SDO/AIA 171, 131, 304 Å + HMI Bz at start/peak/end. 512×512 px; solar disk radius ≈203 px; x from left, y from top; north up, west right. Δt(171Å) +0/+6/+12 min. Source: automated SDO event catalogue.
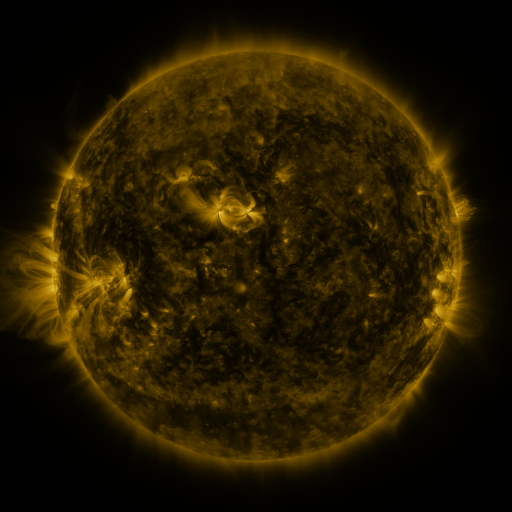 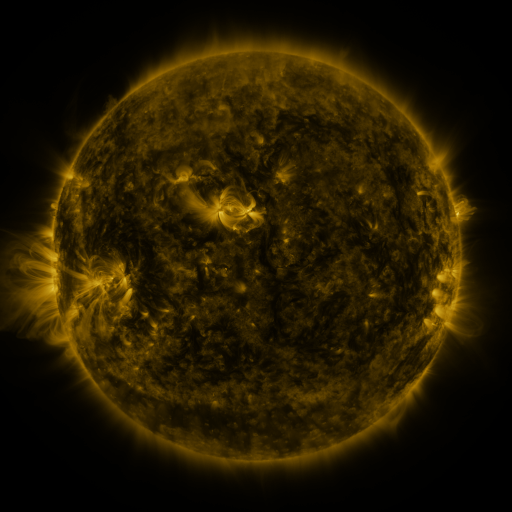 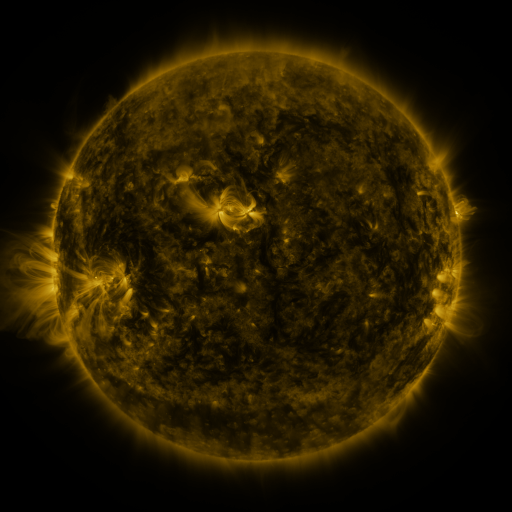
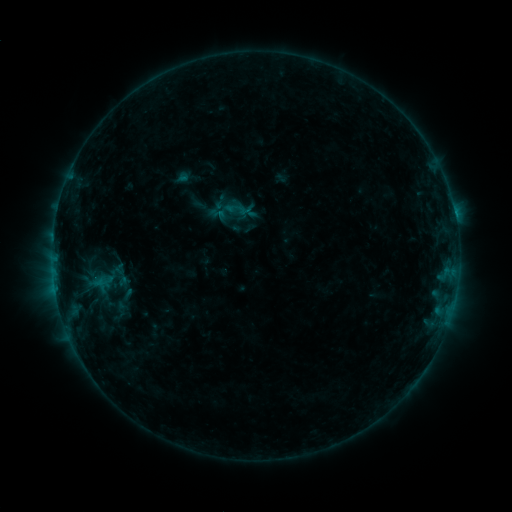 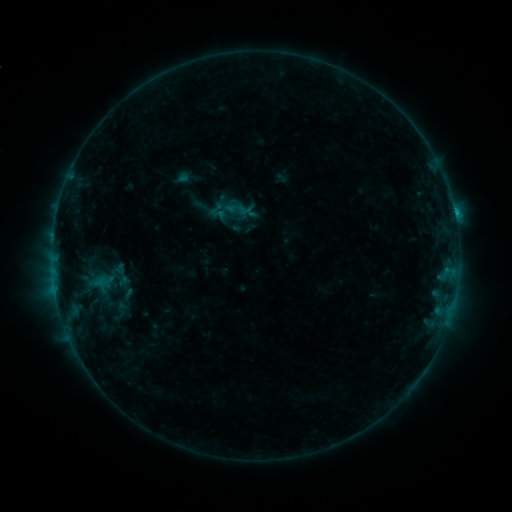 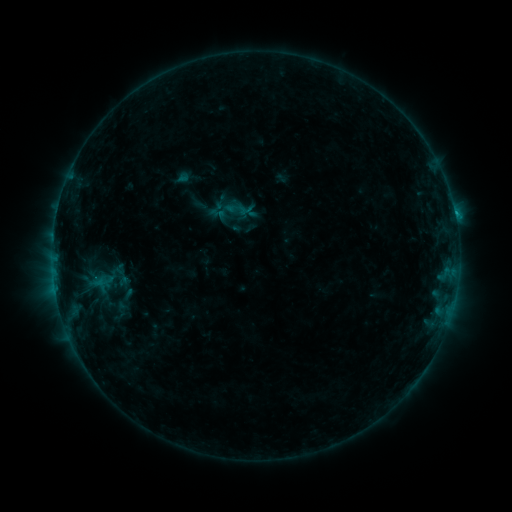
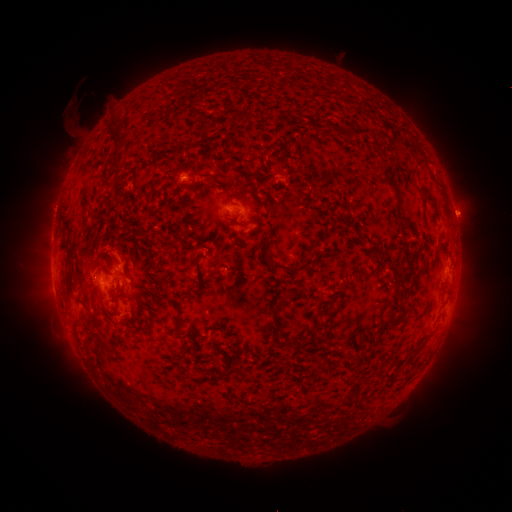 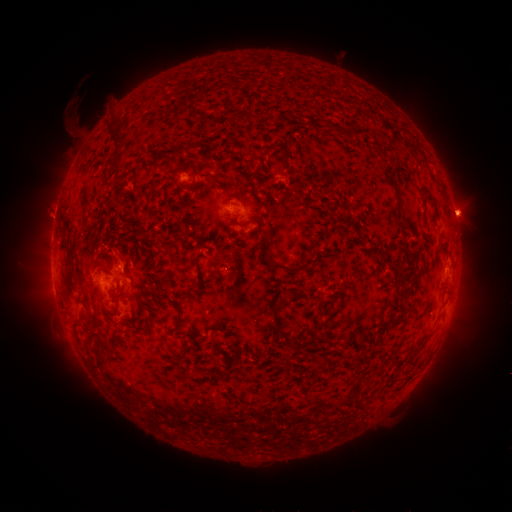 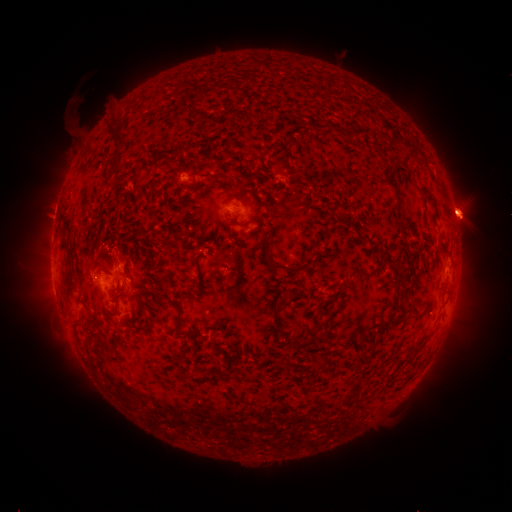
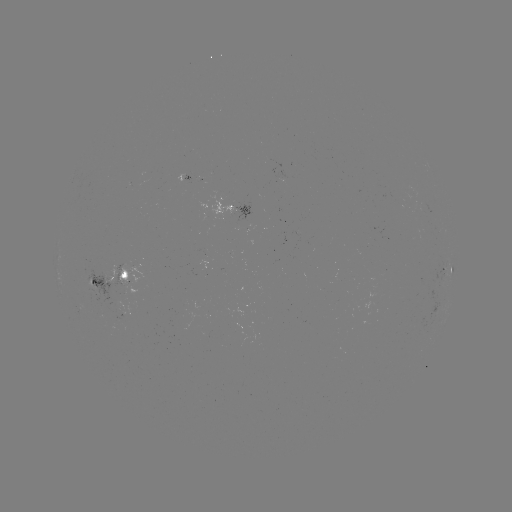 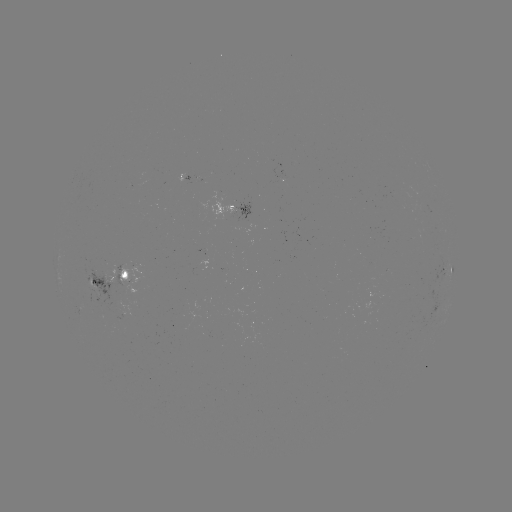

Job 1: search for C1.1 flare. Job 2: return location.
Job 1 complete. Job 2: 454,213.